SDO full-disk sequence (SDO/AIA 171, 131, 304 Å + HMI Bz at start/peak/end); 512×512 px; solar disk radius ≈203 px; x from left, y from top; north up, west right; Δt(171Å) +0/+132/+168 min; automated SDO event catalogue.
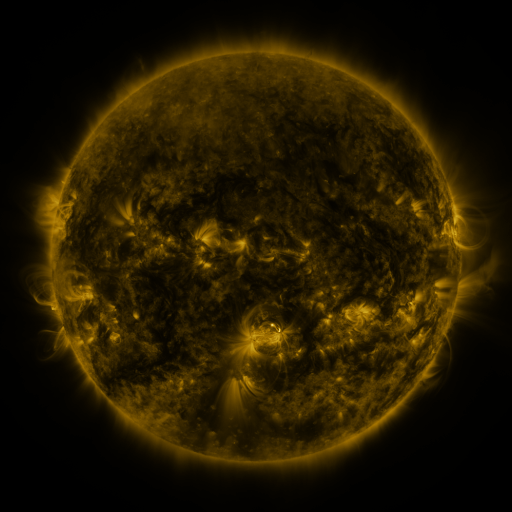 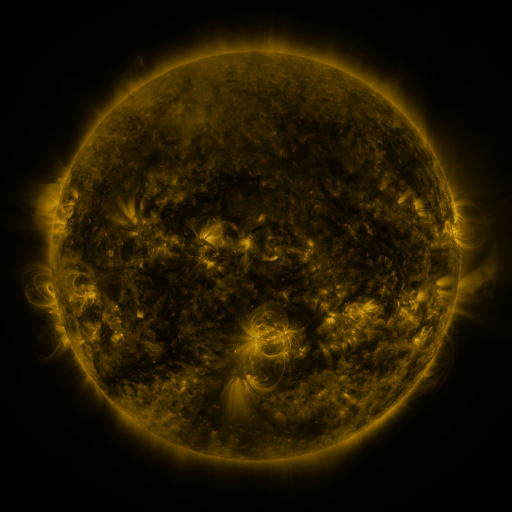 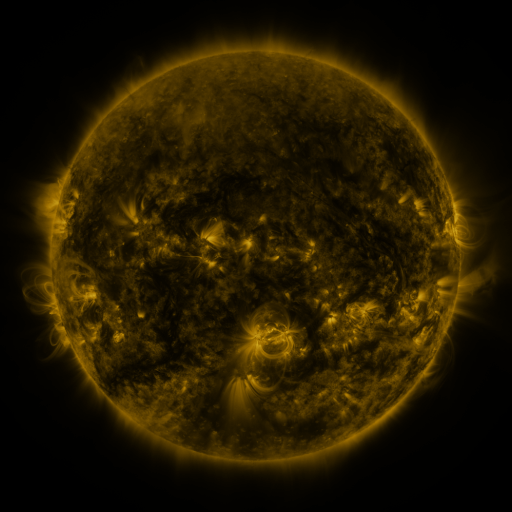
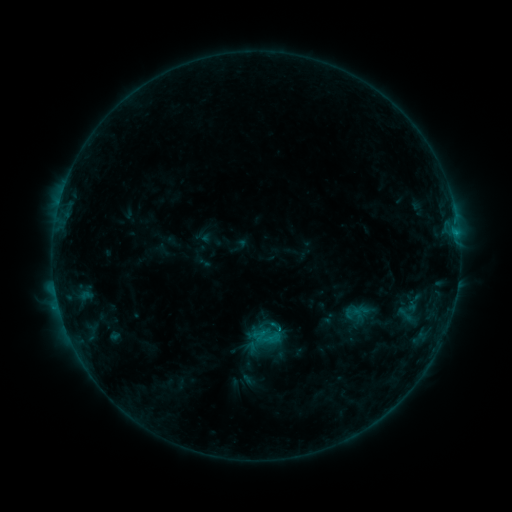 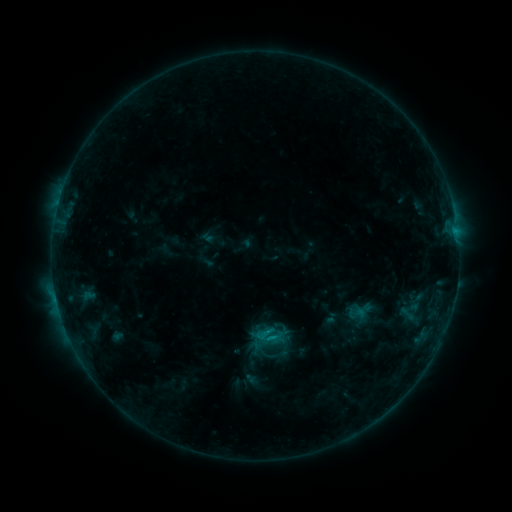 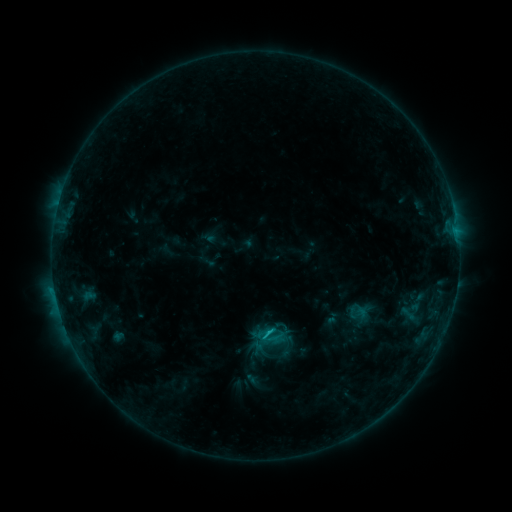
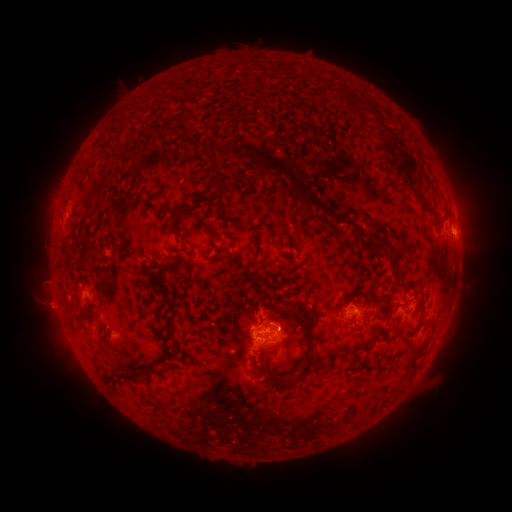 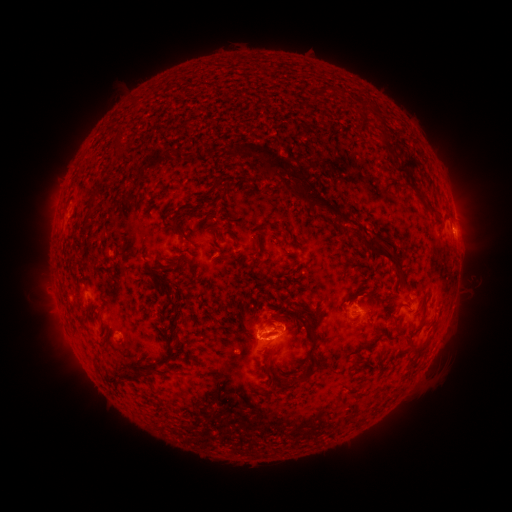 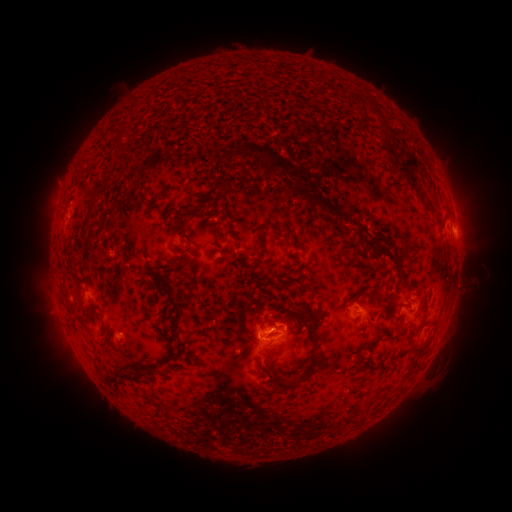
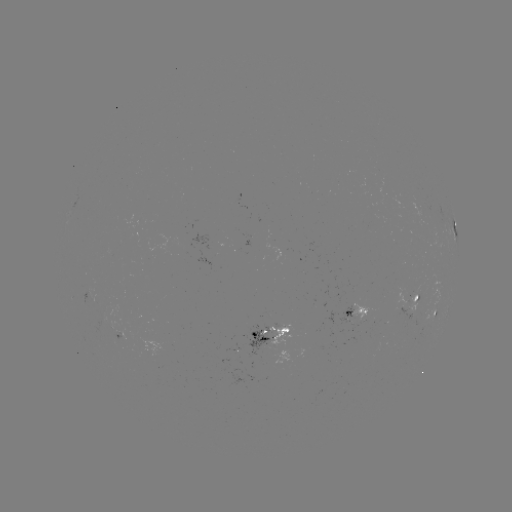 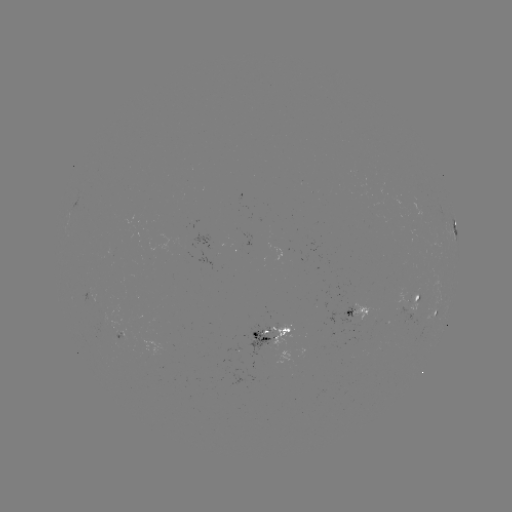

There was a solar emerging-flux region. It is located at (264, 343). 